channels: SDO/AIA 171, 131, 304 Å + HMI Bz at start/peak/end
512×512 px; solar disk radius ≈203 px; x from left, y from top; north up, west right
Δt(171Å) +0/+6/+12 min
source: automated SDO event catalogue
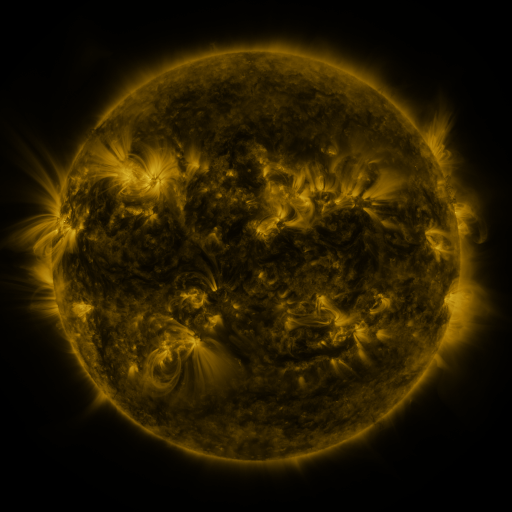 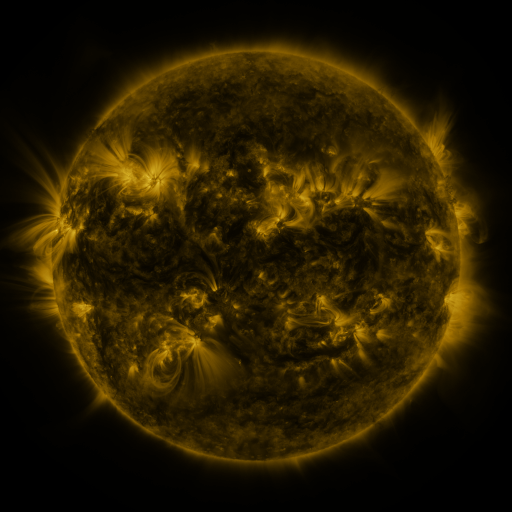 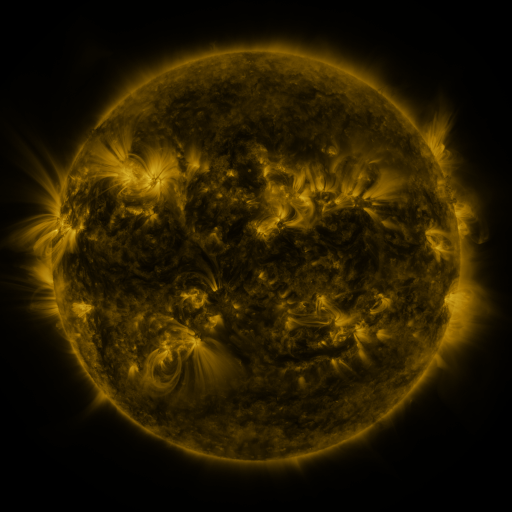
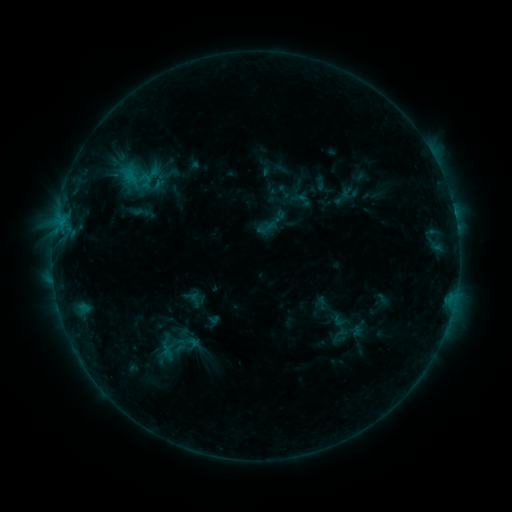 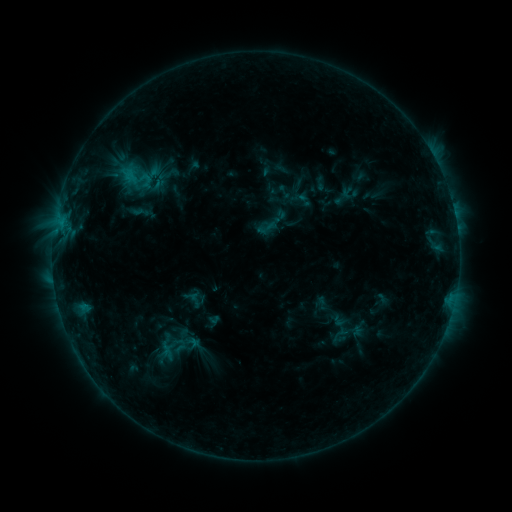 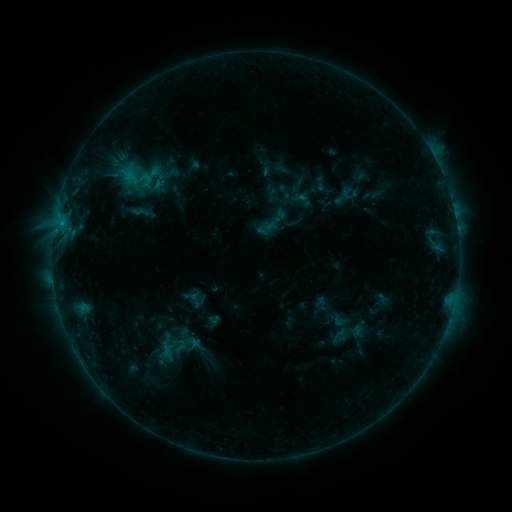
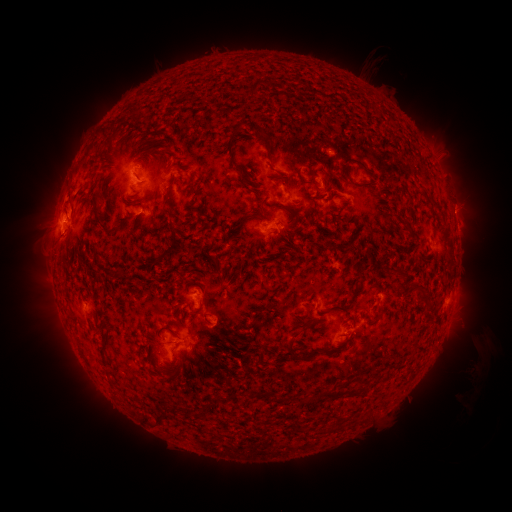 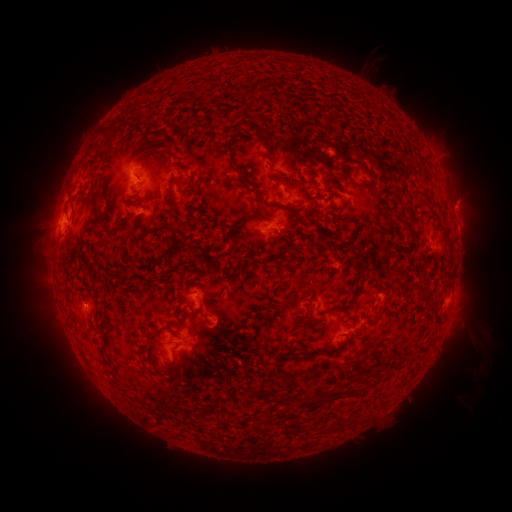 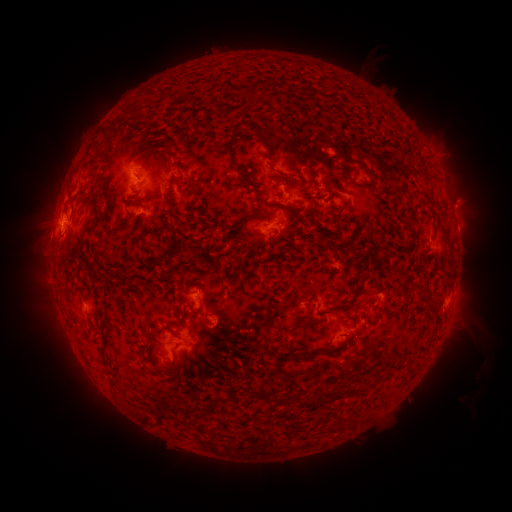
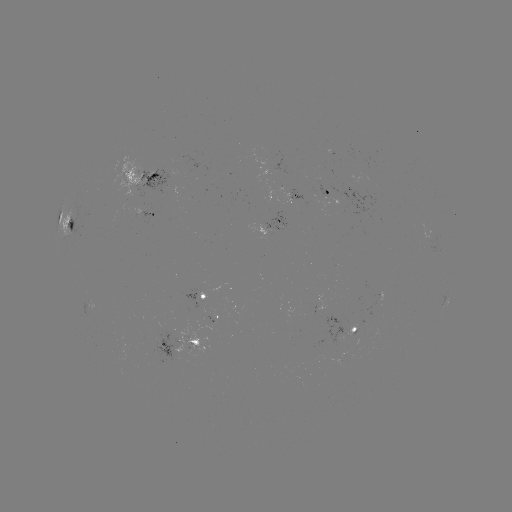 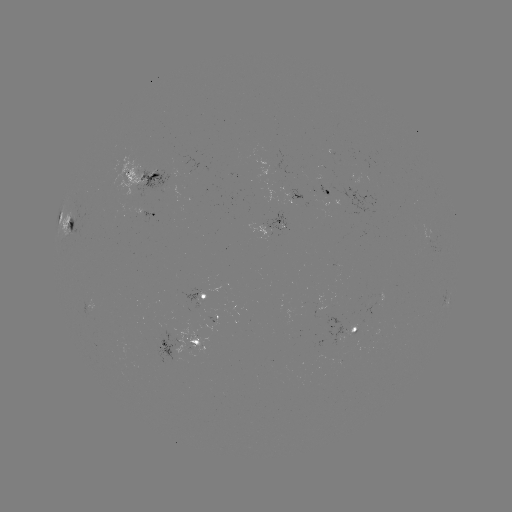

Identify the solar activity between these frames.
eruption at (466, 203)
